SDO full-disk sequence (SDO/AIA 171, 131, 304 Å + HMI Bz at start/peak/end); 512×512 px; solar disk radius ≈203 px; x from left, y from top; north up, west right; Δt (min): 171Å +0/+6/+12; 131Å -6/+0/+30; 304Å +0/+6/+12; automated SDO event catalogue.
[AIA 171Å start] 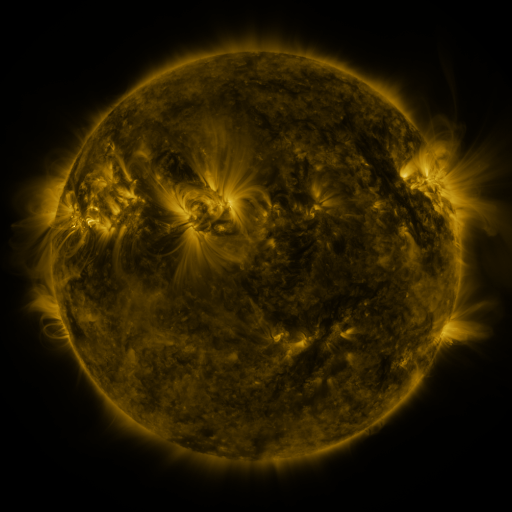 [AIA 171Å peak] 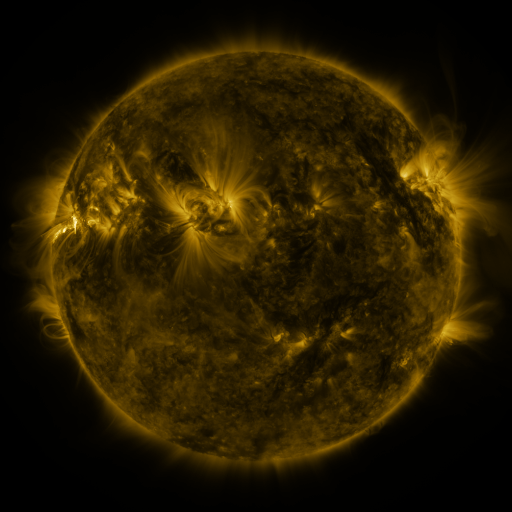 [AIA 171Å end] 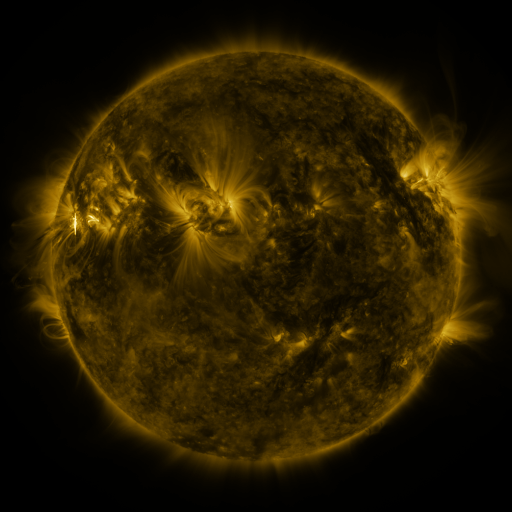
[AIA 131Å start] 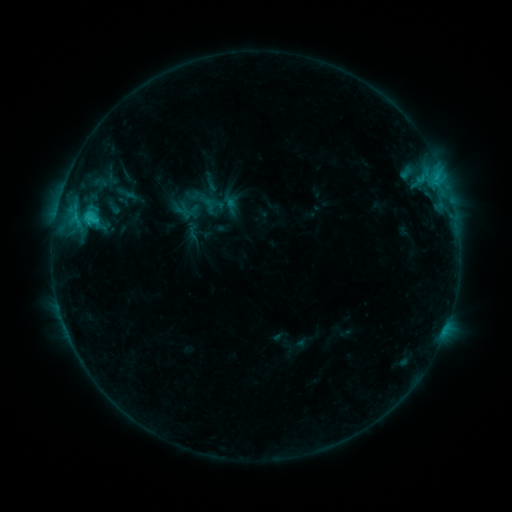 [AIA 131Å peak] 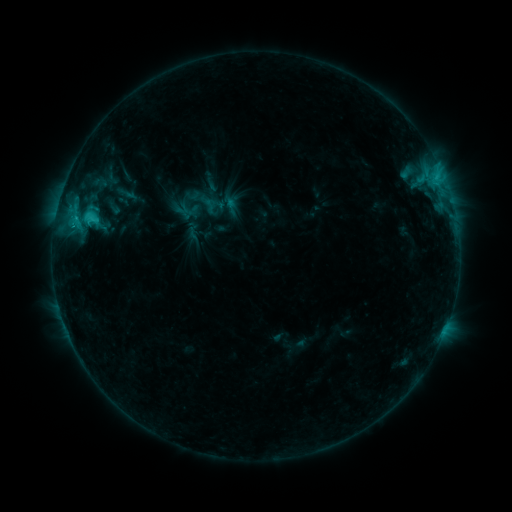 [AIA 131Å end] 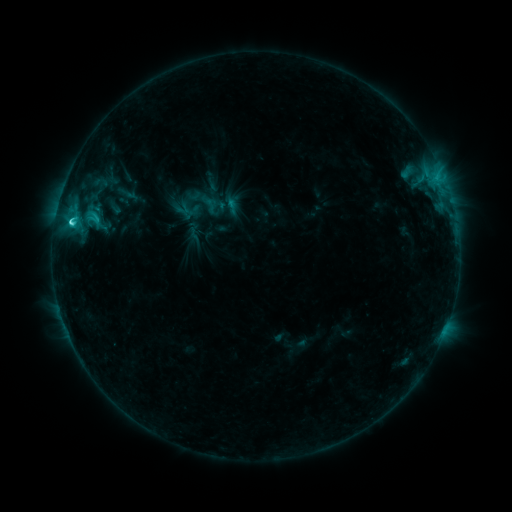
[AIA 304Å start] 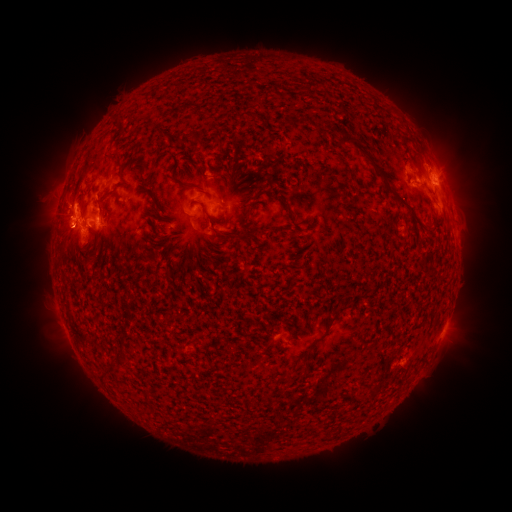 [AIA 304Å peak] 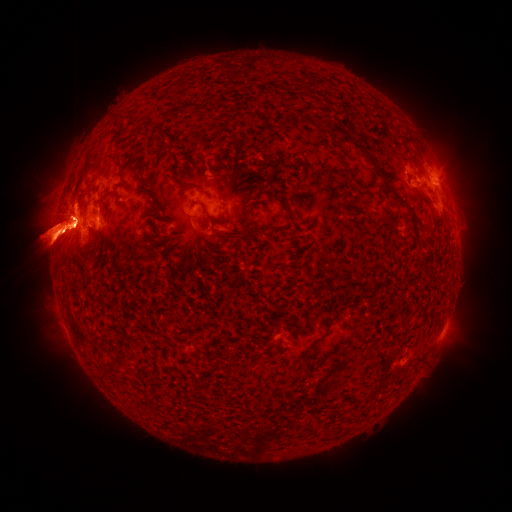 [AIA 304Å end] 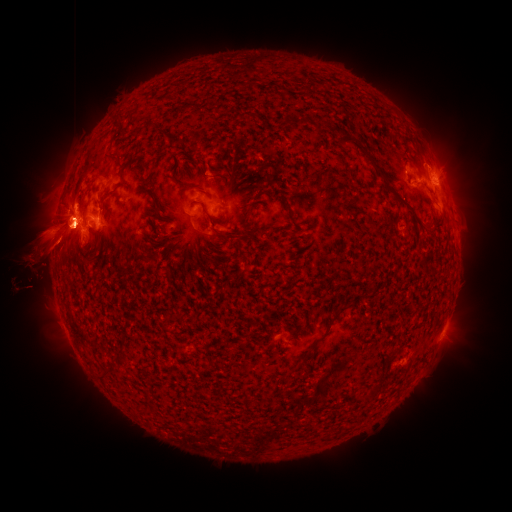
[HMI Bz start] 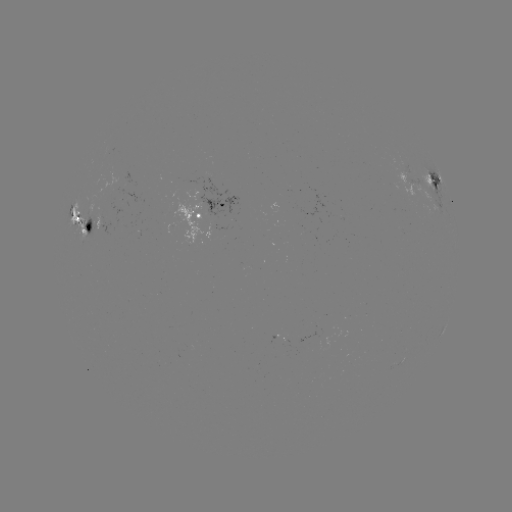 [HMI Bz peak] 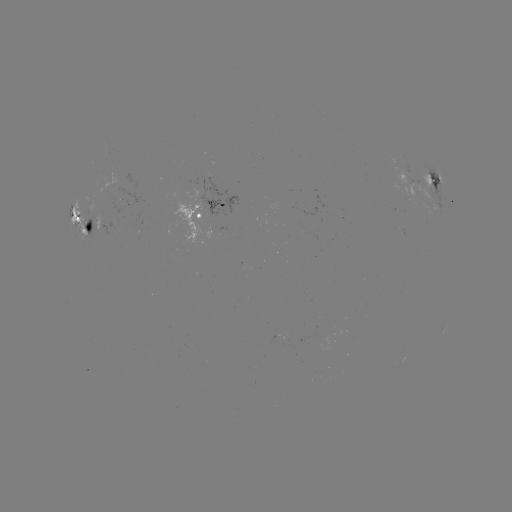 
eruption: <bbox>407, 128, 511, 261</bbox>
